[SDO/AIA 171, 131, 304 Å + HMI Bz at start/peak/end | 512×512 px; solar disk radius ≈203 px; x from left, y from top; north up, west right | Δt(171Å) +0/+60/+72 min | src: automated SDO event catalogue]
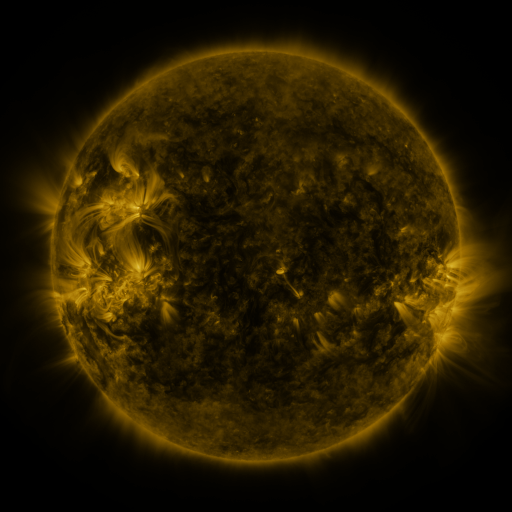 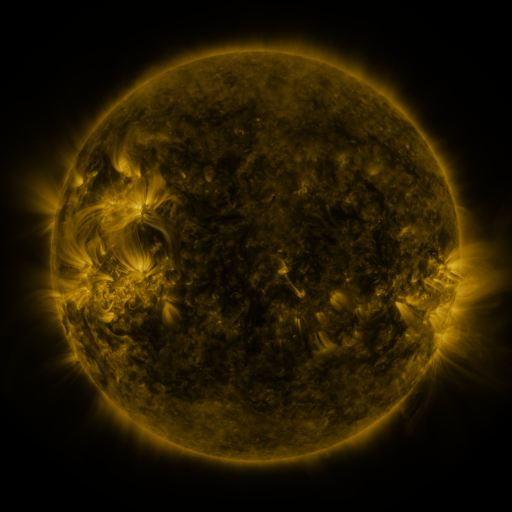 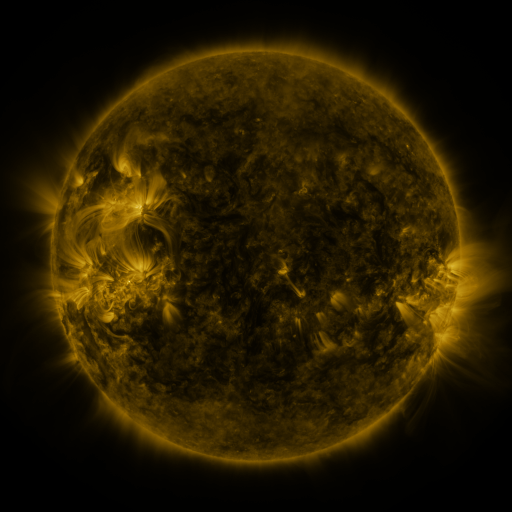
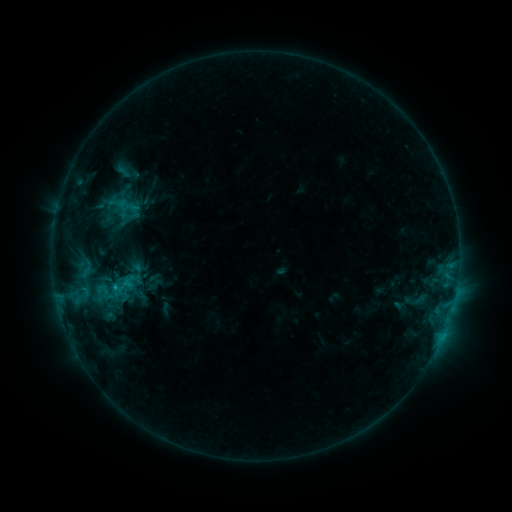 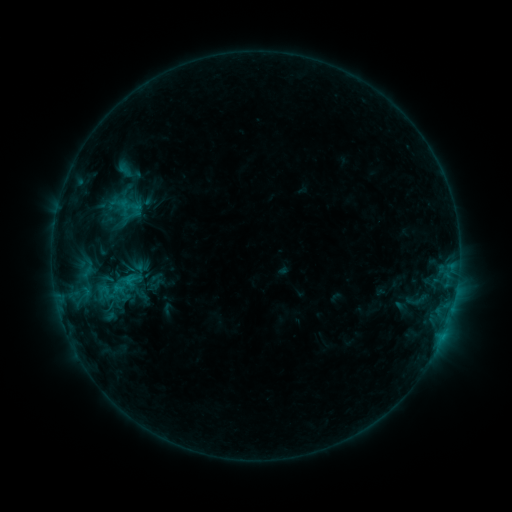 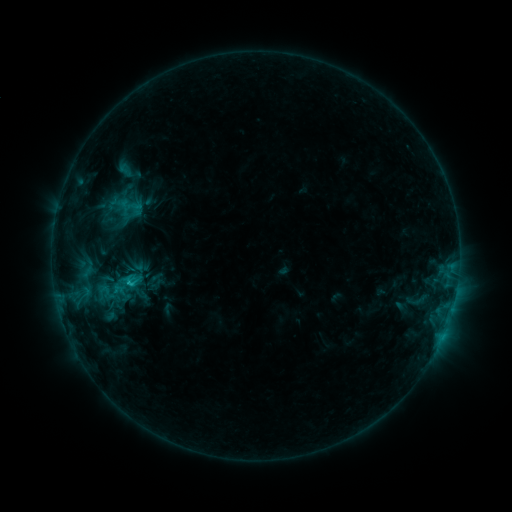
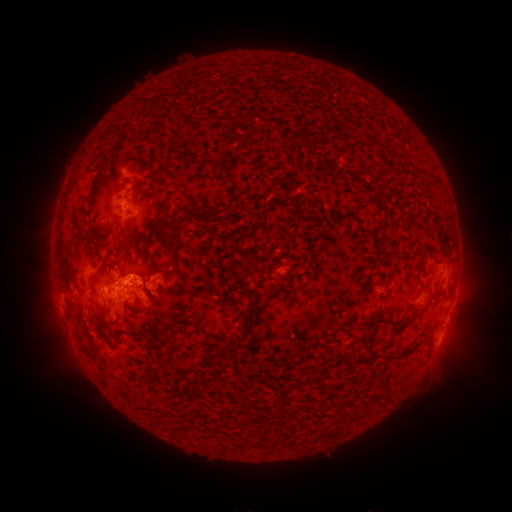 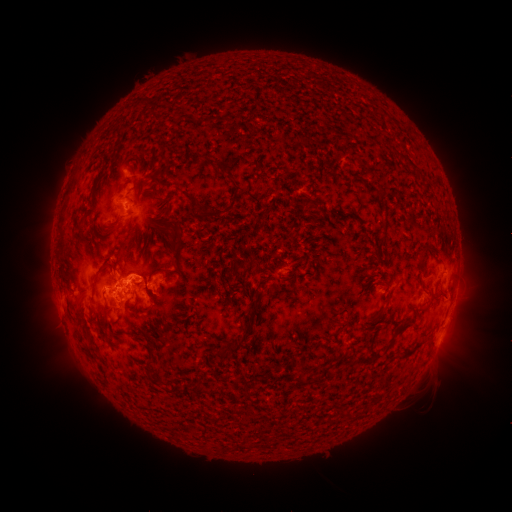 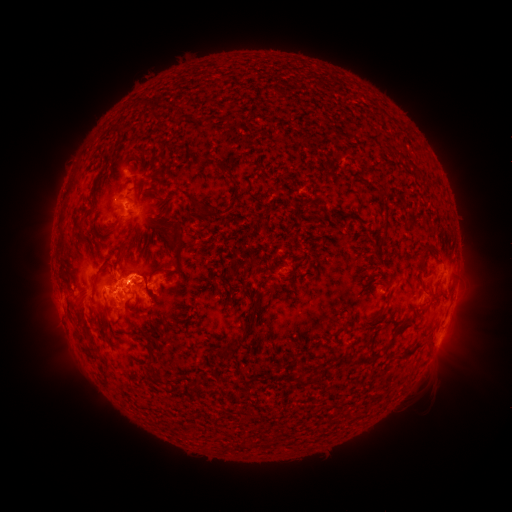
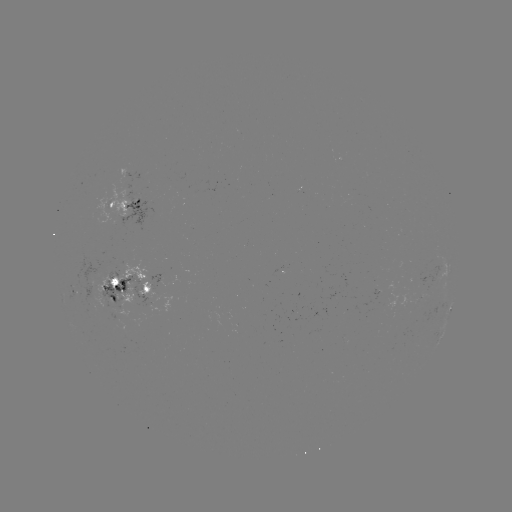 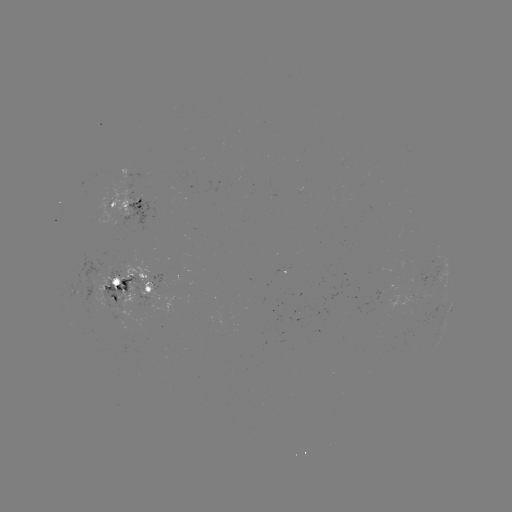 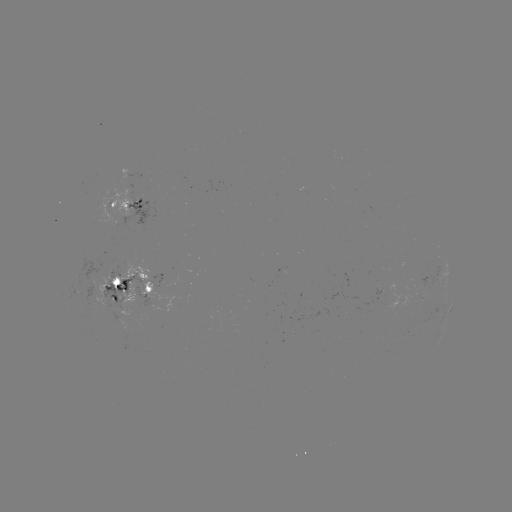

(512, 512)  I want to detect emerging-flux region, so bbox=[98, 187, 130, 224].